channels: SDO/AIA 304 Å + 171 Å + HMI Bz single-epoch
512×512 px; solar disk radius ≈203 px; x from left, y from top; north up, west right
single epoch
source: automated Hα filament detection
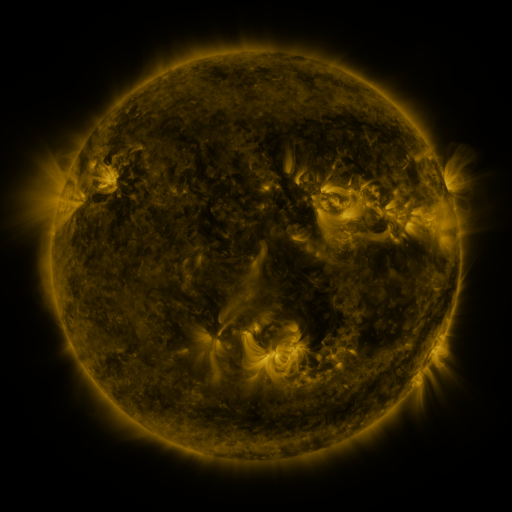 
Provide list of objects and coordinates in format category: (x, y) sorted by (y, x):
filament: (268, 157)
filament: (354, 167)
filament: (296, 204)
filament: (411, 229)
filament: (133, 239)
filament: (316, 281)
filament: (334, 322)
filament: (343, 343)
filament: (397, 378)
